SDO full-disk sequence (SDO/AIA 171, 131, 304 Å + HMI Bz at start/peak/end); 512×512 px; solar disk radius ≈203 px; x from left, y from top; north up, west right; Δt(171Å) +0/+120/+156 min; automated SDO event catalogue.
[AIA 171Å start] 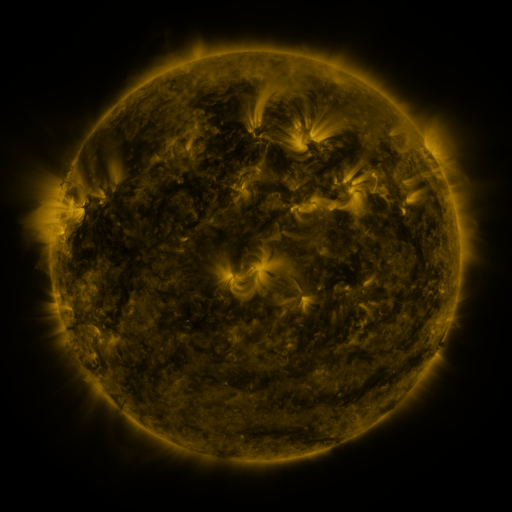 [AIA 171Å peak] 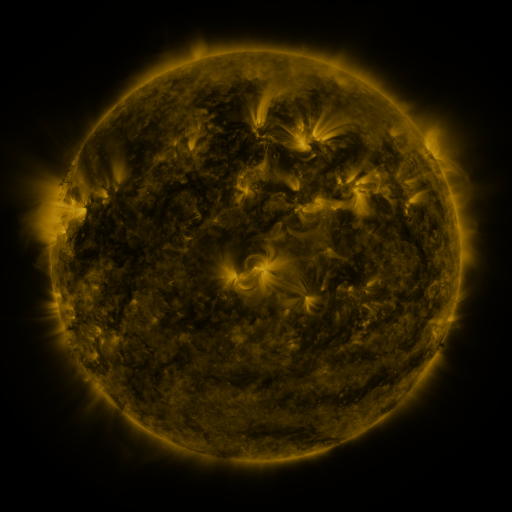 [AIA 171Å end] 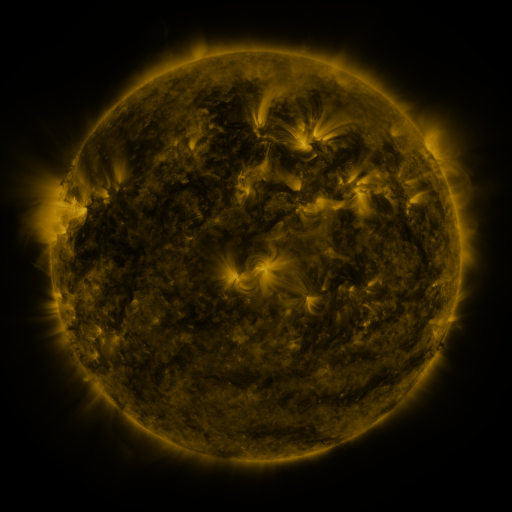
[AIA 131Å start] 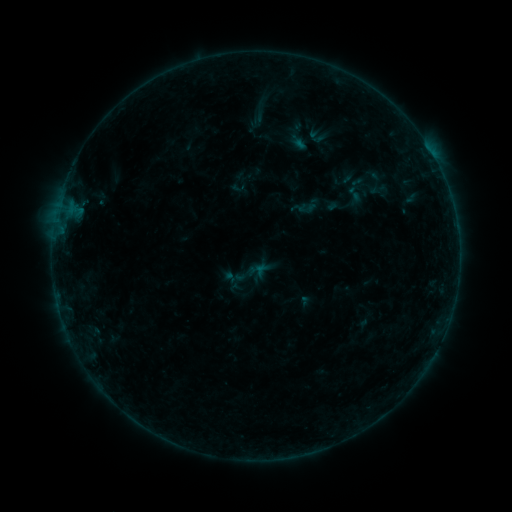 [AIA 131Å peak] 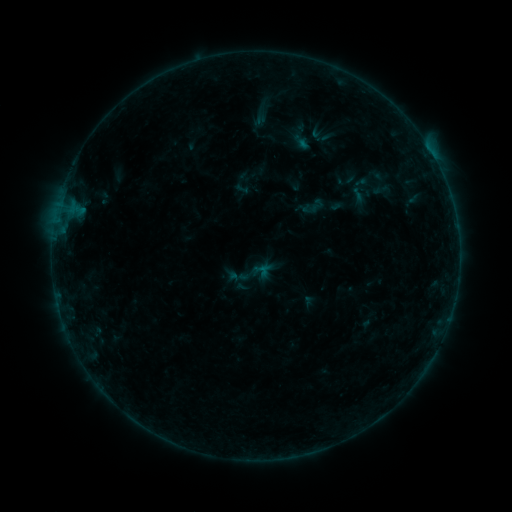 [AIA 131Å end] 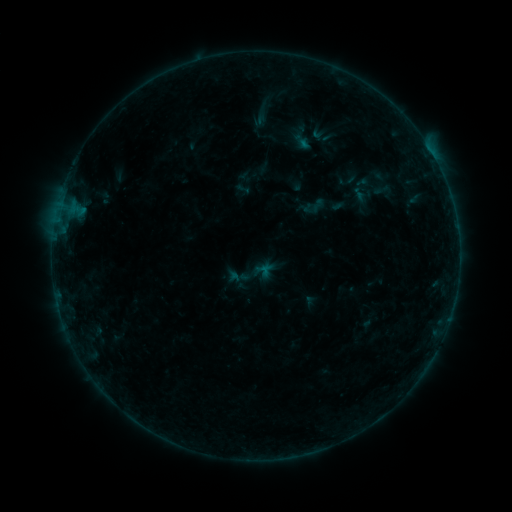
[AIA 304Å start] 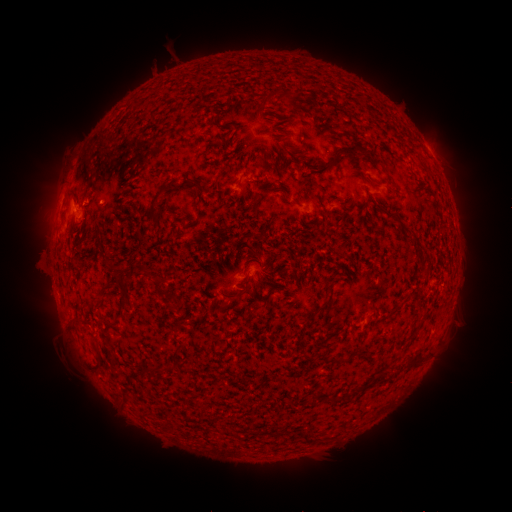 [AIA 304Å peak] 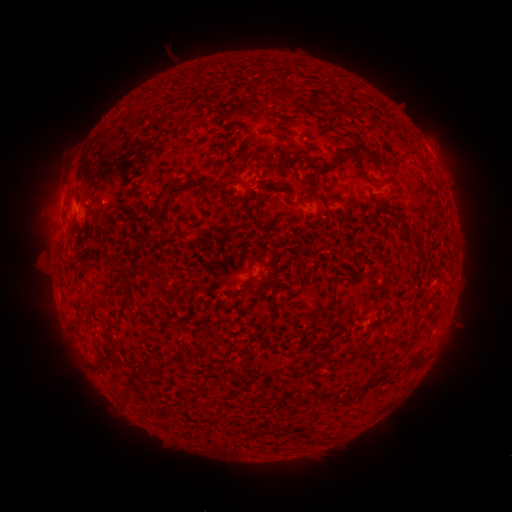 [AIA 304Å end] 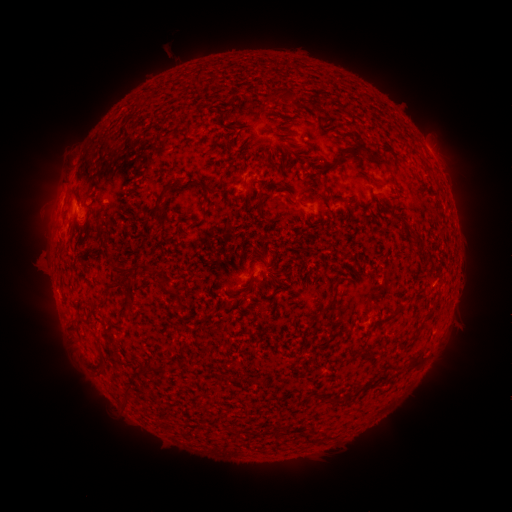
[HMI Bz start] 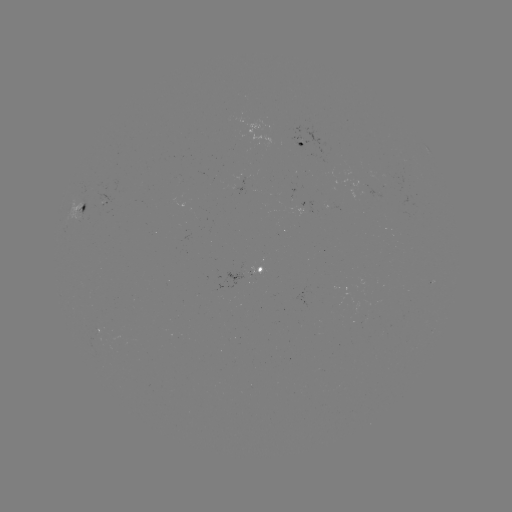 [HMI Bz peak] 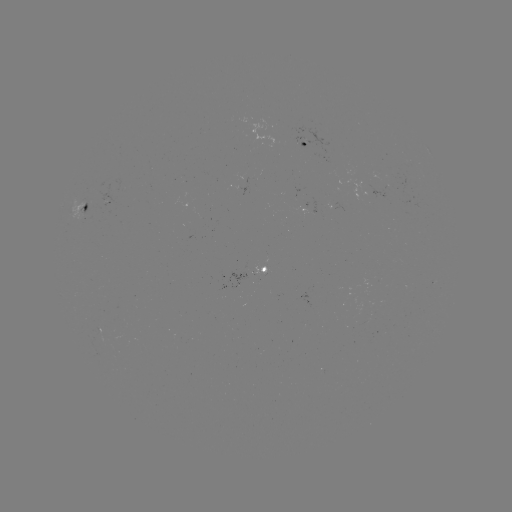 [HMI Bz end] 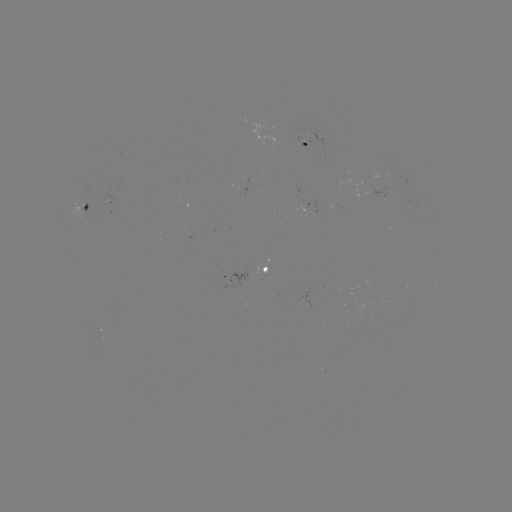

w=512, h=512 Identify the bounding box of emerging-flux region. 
[253, 267, 269, 275].